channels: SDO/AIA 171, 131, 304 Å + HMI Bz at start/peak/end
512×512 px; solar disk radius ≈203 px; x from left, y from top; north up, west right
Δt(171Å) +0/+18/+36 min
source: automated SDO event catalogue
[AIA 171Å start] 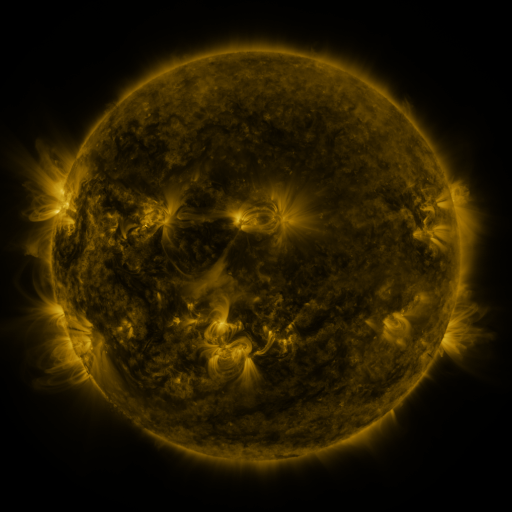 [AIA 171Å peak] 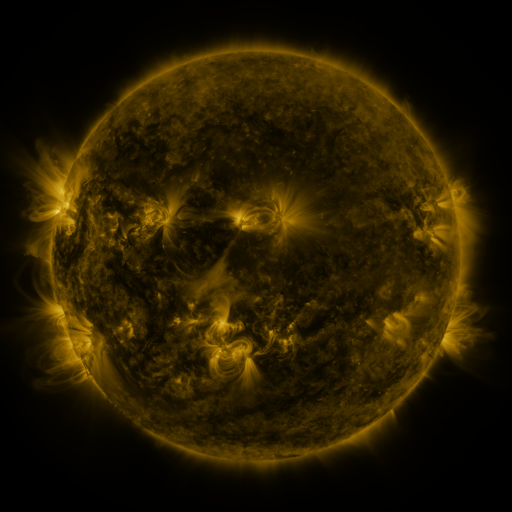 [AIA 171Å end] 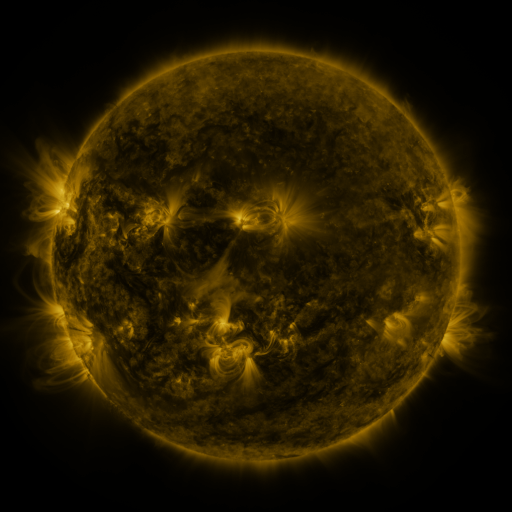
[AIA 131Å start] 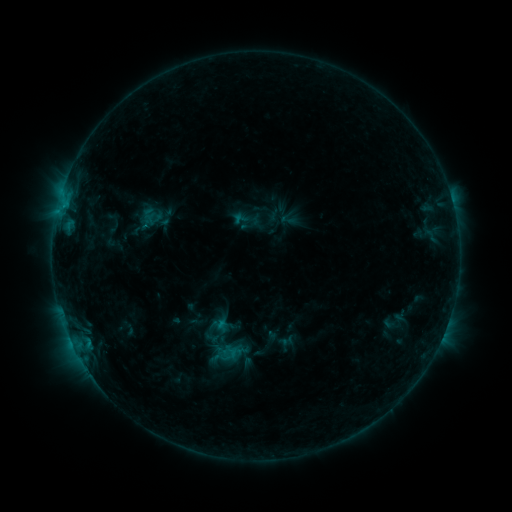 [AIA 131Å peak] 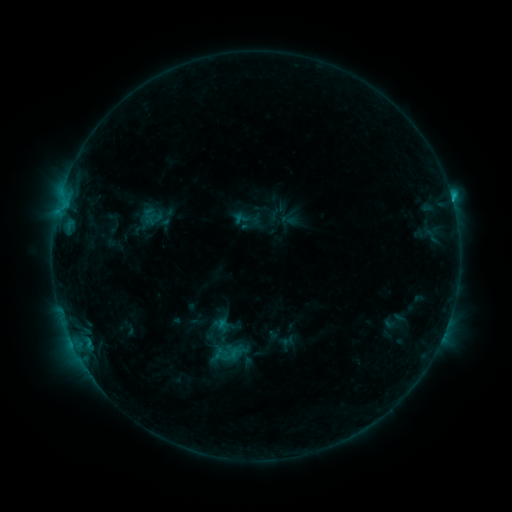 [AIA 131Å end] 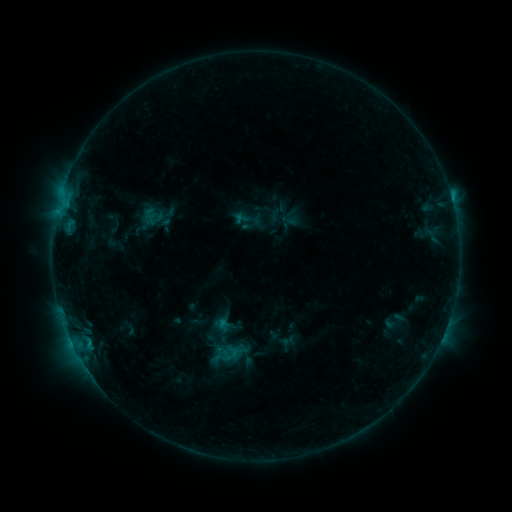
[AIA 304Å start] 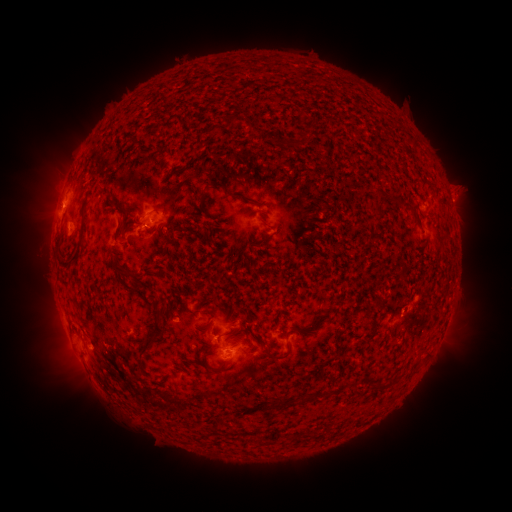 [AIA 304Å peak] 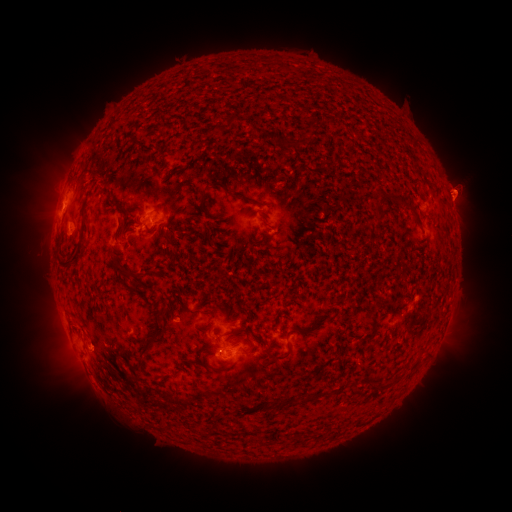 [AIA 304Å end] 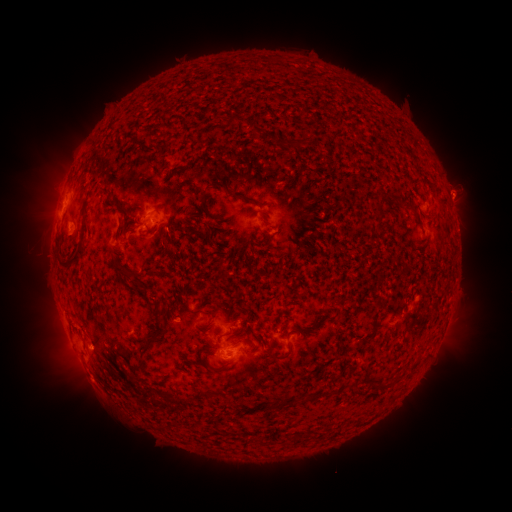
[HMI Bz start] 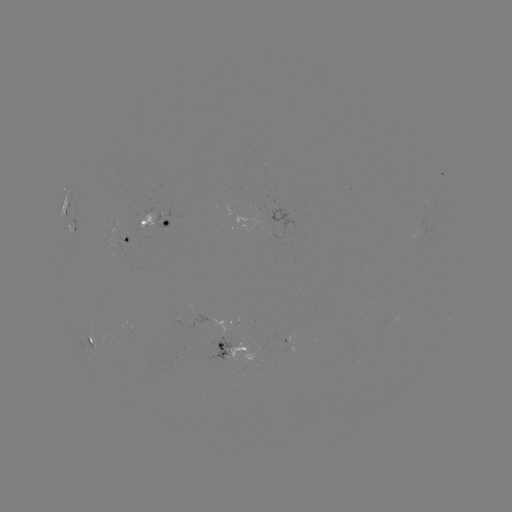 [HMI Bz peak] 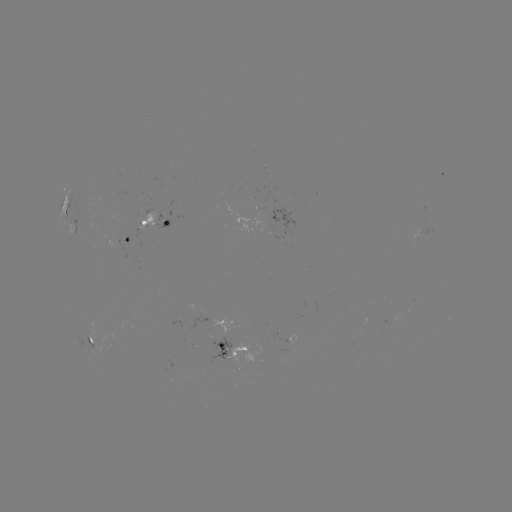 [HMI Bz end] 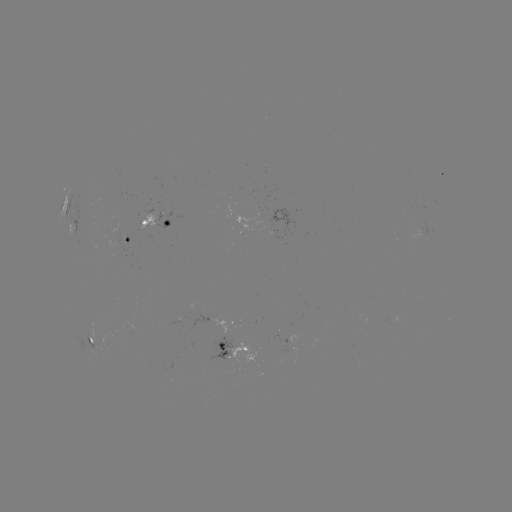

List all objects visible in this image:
eruption: (462, 193)
